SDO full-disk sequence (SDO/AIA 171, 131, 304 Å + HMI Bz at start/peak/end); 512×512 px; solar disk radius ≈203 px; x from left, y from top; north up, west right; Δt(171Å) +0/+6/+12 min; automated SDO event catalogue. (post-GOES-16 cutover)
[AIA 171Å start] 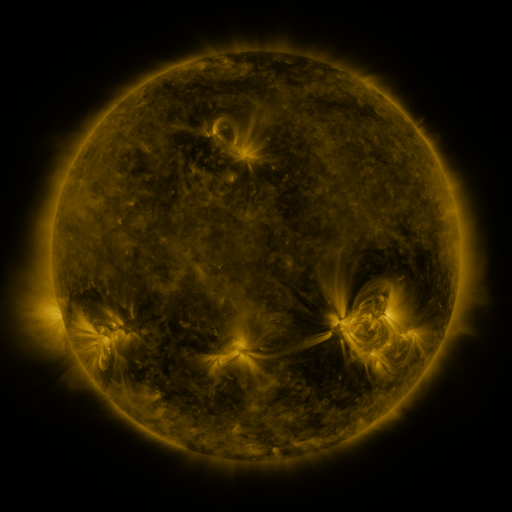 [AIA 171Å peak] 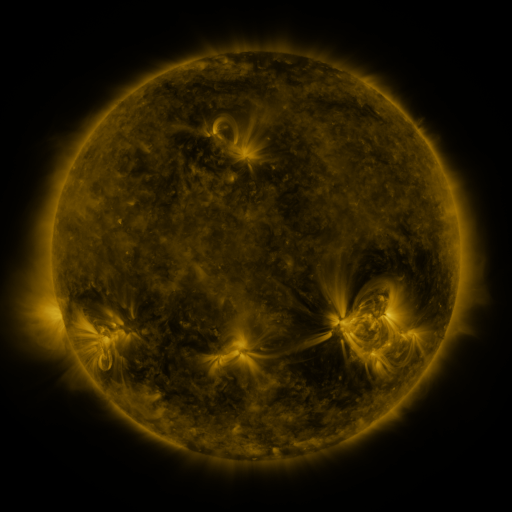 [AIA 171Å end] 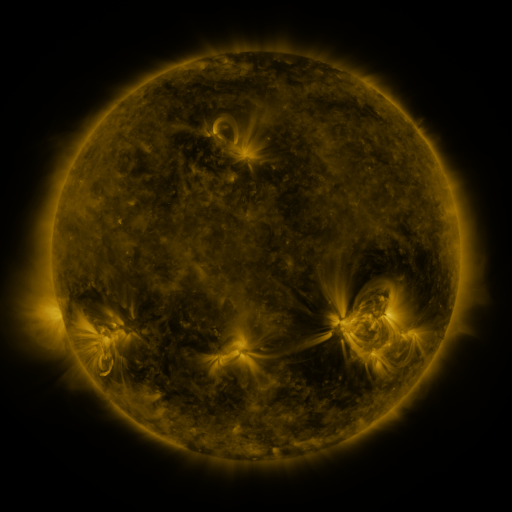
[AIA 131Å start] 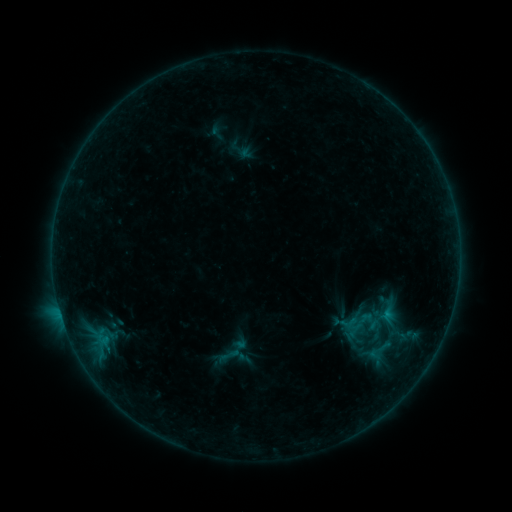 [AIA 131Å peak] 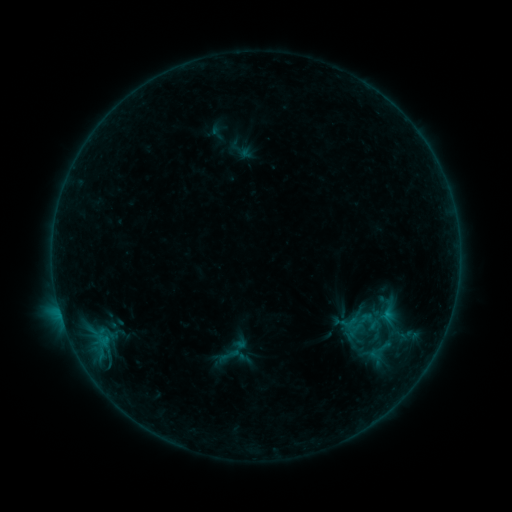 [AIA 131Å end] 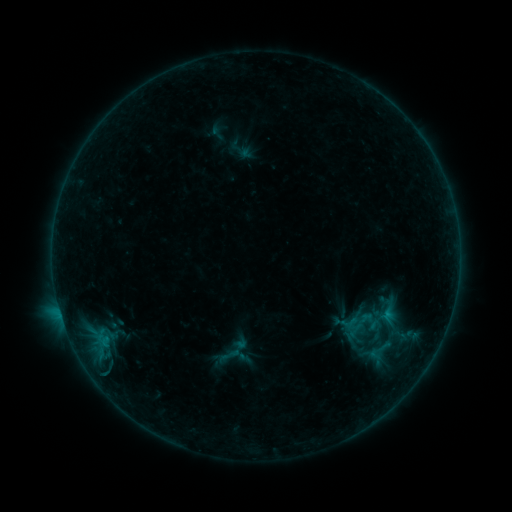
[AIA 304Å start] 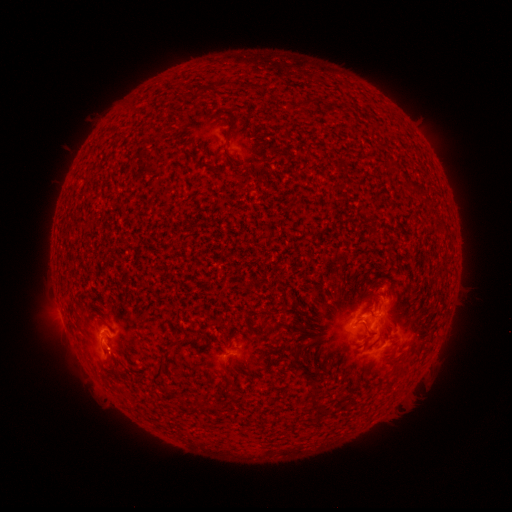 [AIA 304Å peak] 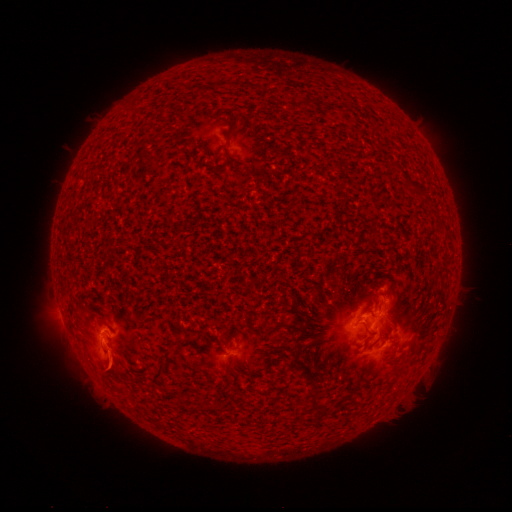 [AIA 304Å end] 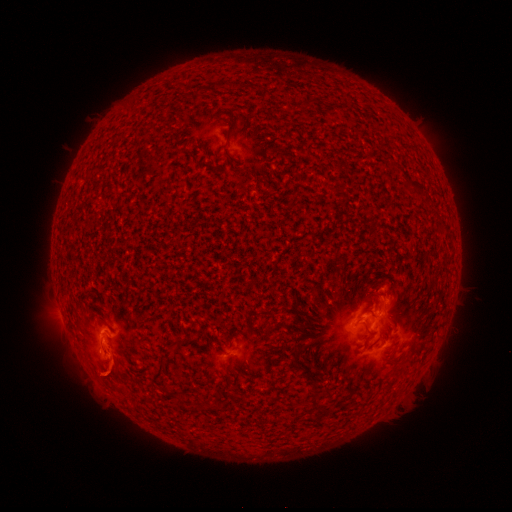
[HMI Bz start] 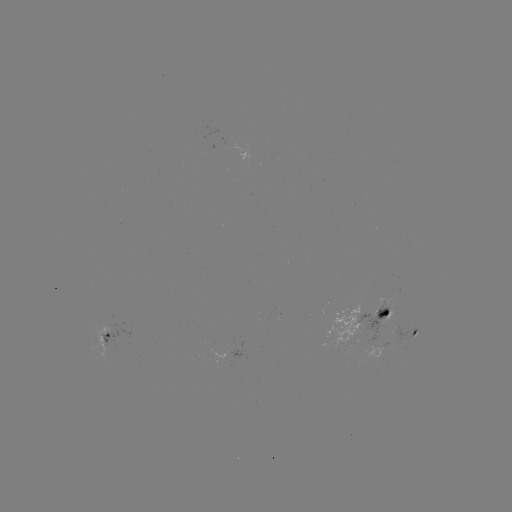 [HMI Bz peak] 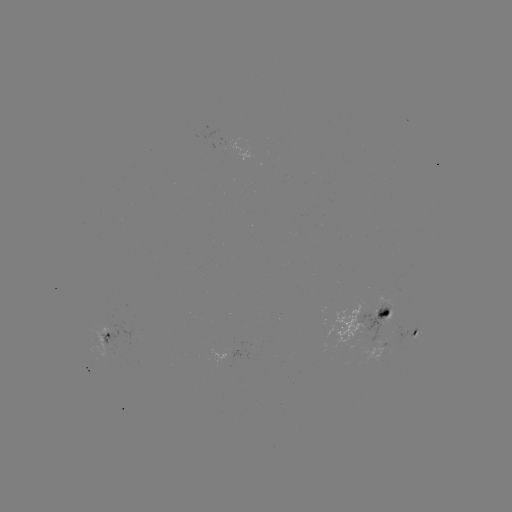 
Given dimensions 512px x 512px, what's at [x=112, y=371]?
eruption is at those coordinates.